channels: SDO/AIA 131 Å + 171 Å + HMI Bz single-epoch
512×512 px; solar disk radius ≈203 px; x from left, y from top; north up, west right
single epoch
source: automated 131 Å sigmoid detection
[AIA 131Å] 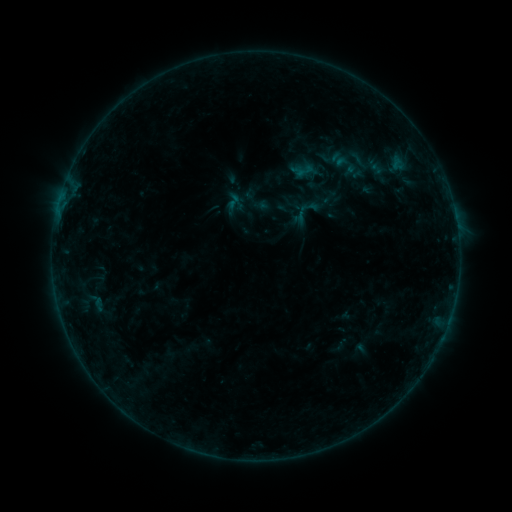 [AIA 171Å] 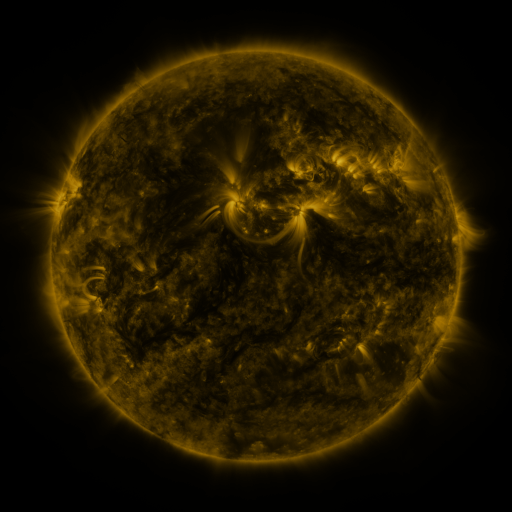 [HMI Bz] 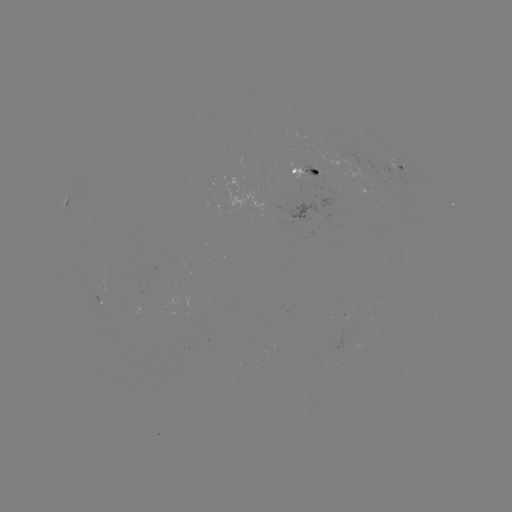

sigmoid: <bbox>224, 191, 243, 210</bbox>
